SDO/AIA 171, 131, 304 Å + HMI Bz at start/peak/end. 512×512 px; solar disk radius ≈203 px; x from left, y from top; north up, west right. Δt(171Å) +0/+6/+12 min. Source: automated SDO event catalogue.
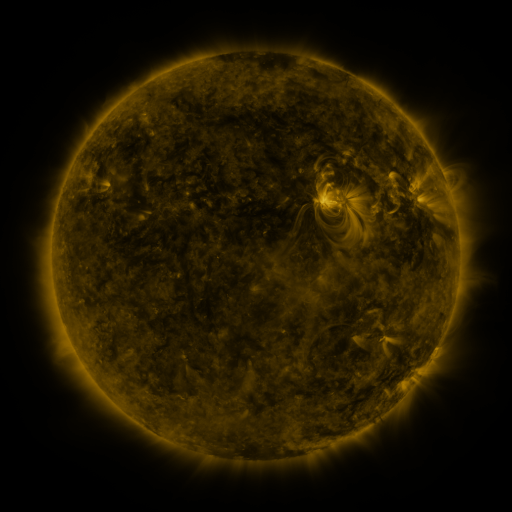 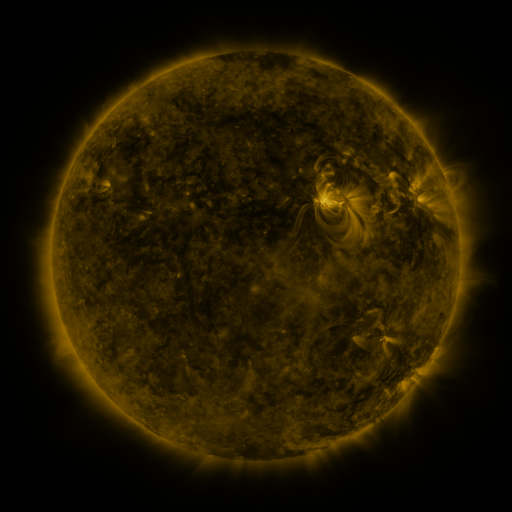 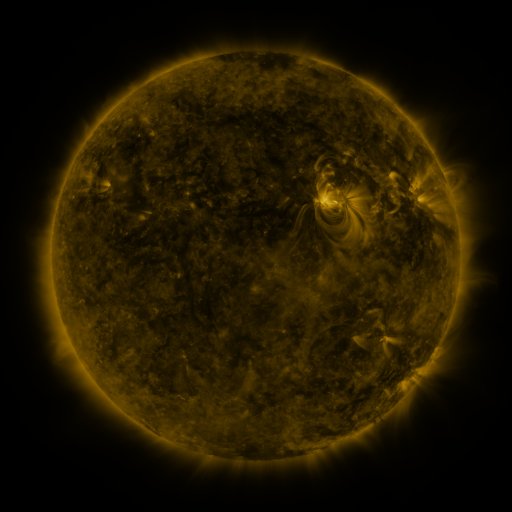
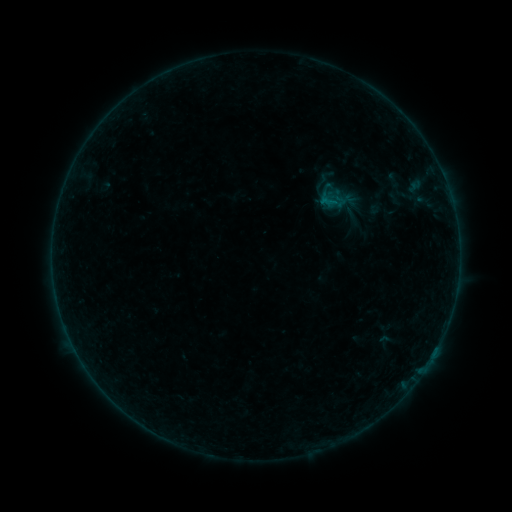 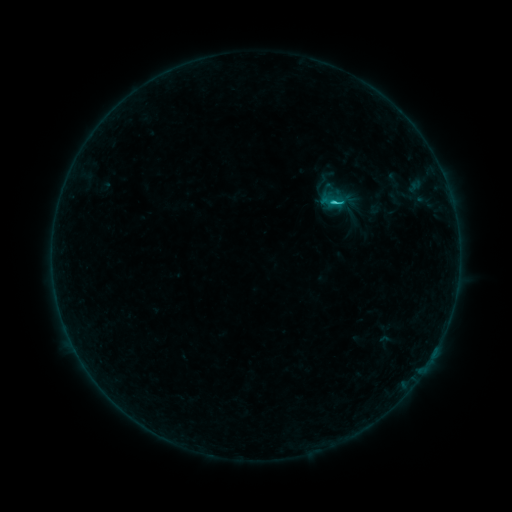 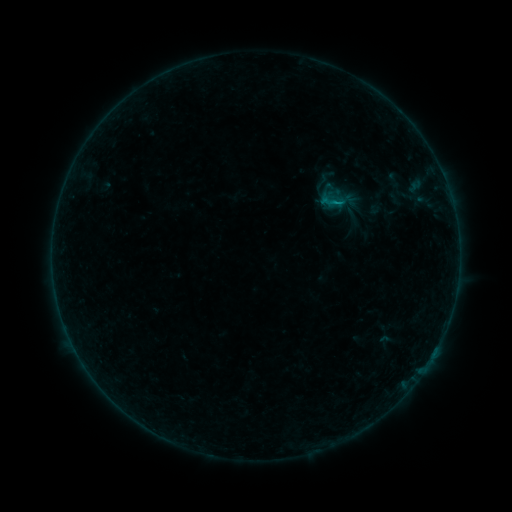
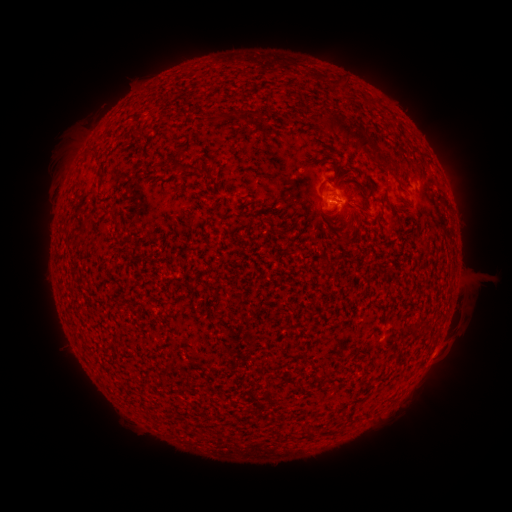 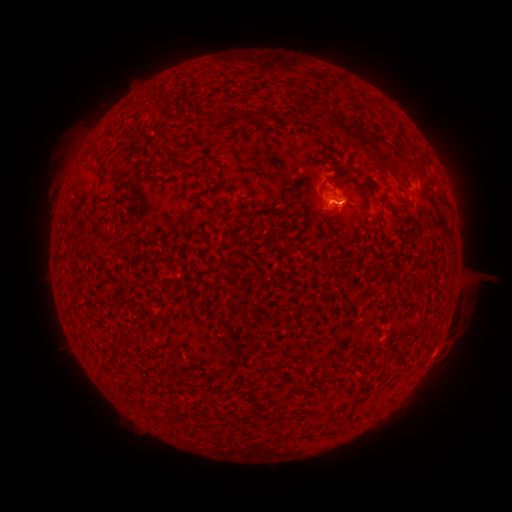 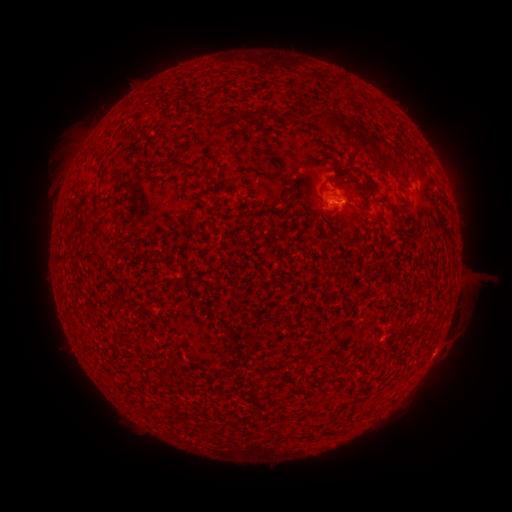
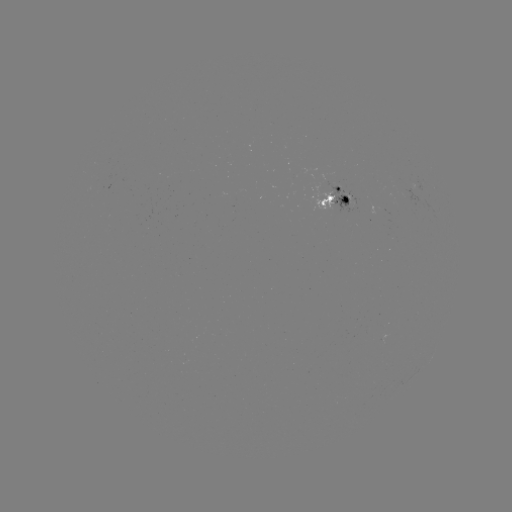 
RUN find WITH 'C1.2 flare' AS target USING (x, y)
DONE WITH (334, 204) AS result